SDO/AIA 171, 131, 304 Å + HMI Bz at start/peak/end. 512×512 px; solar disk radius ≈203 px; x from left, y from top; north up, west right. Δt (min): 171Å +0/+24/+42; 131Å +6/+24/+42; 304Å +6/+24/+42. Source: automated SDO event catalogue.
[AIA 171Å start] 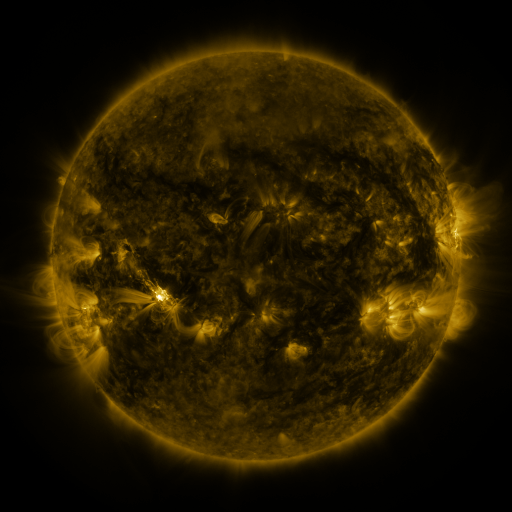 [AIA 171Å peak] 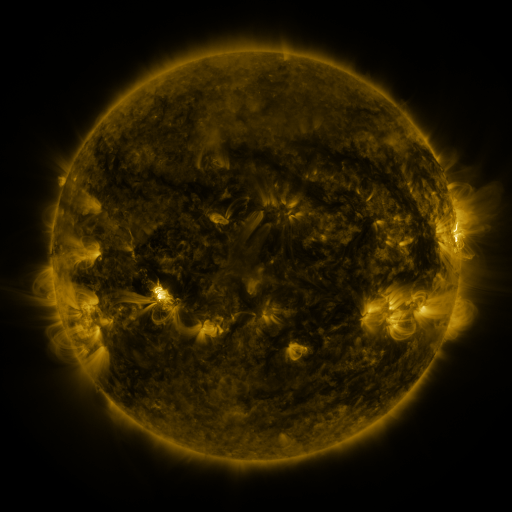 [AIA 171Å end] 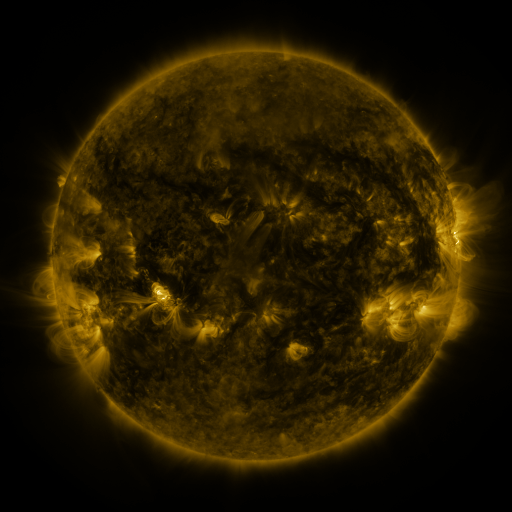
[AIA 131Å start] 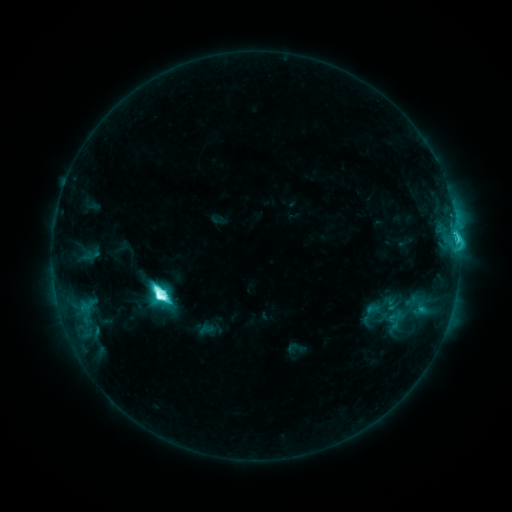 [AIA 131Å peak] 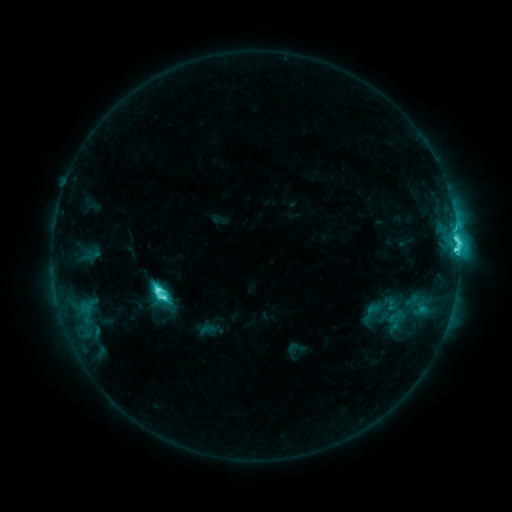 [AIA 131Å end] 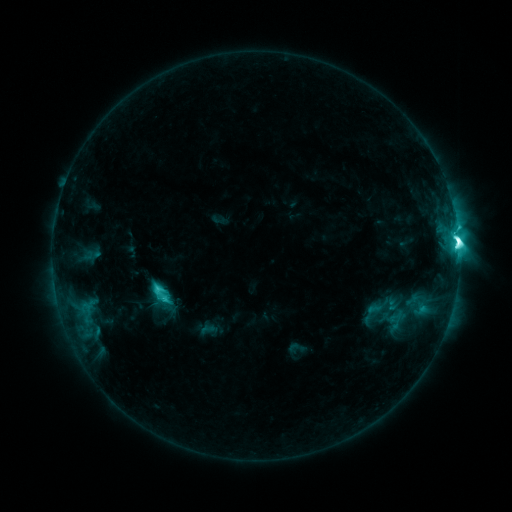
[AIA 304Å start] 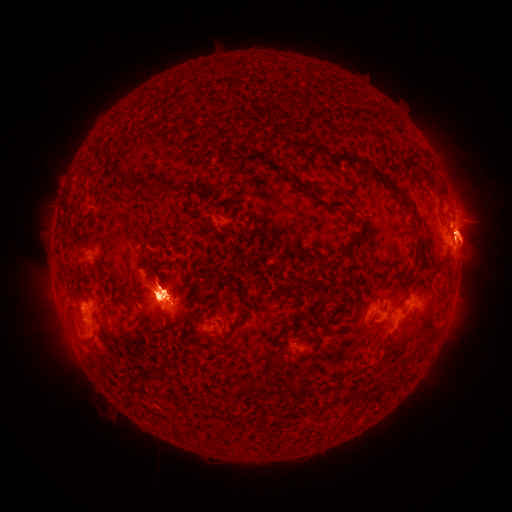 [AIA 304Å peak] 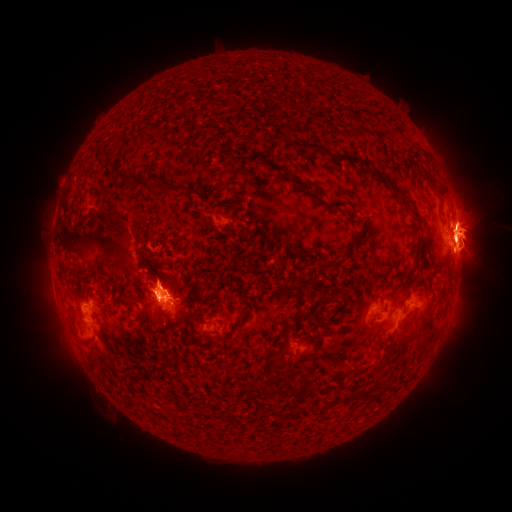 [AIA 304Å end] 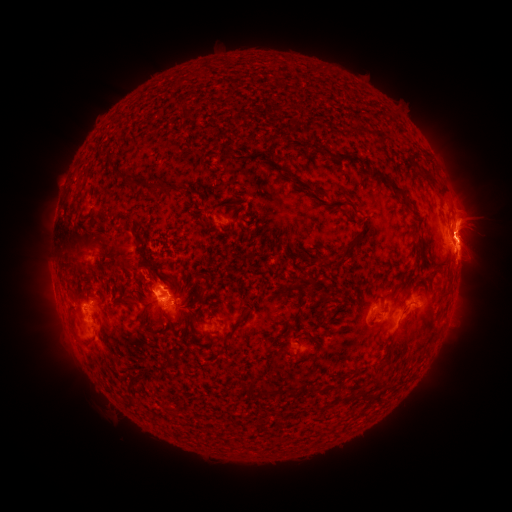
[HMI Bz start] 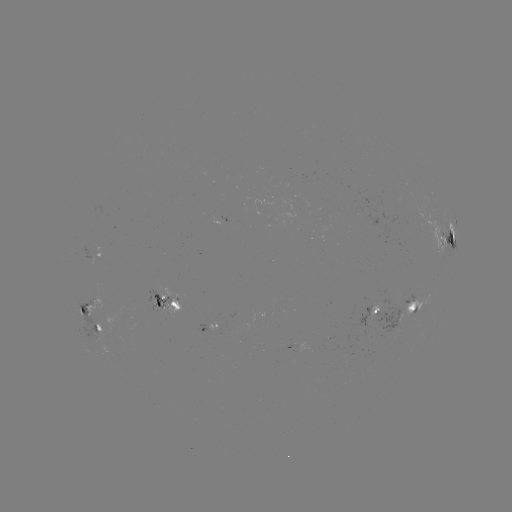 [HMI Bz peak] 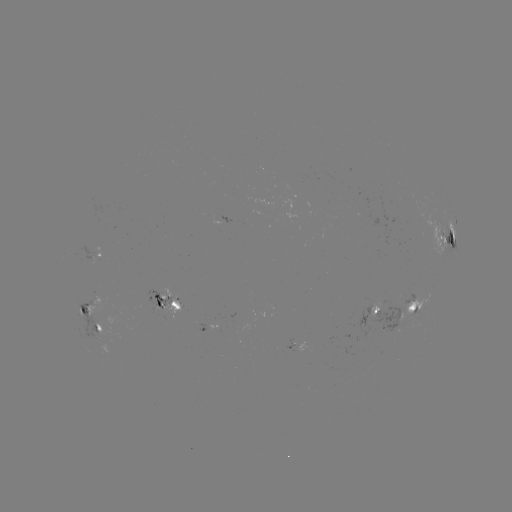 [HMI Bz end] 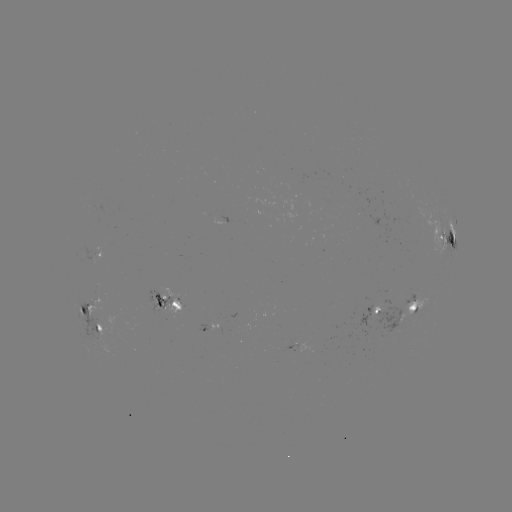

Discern eruption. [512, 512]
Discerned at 105,248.